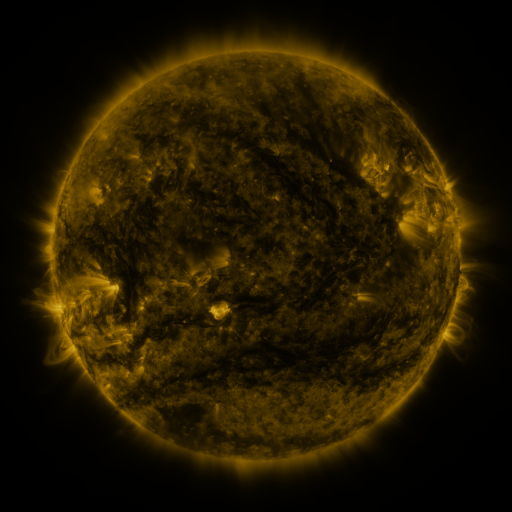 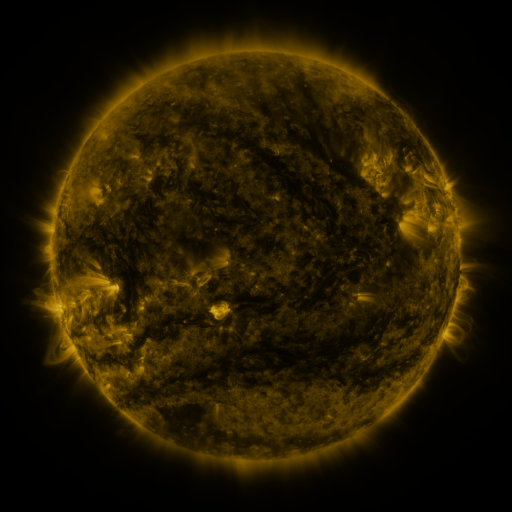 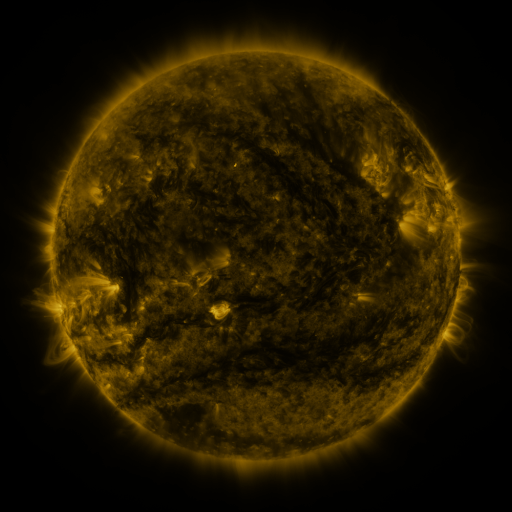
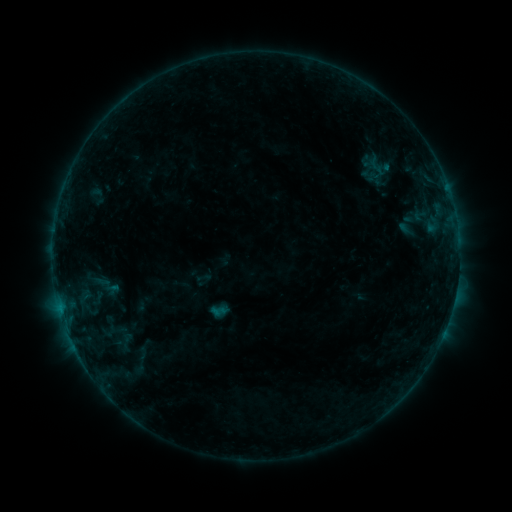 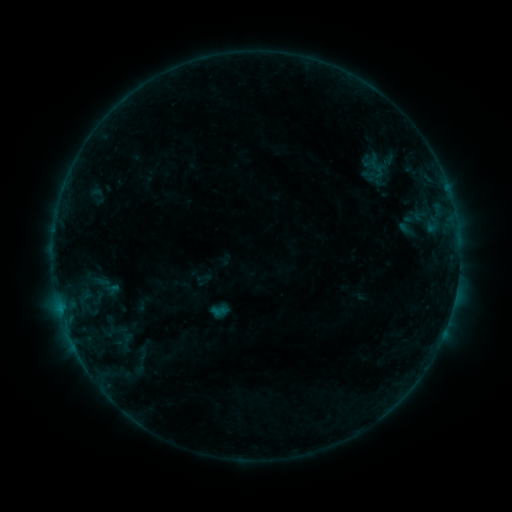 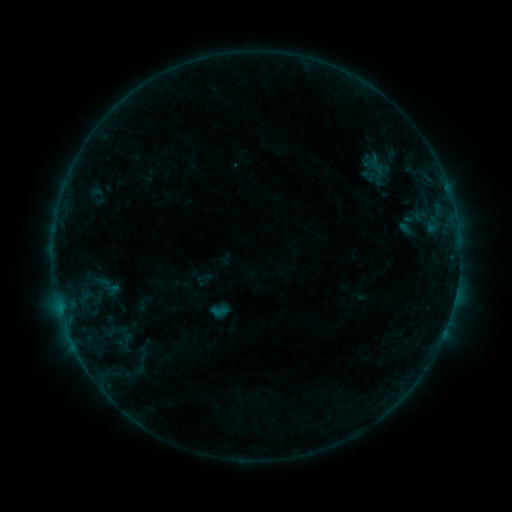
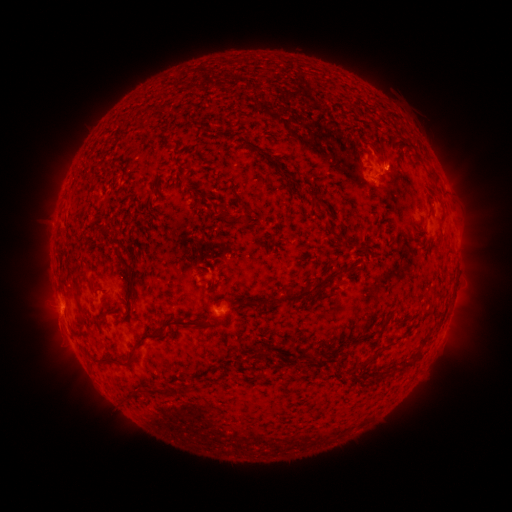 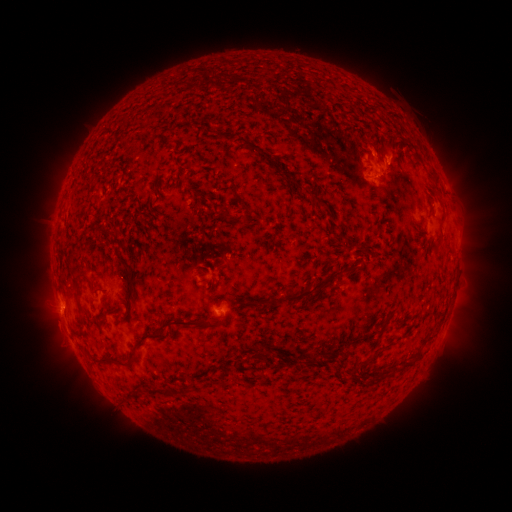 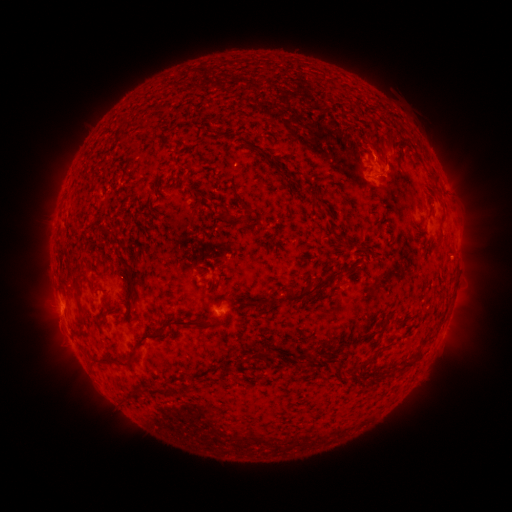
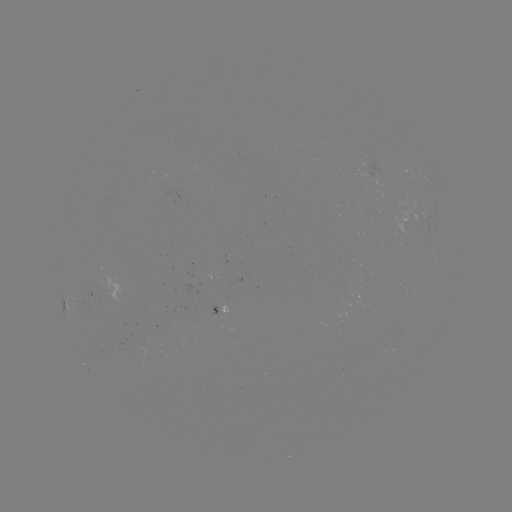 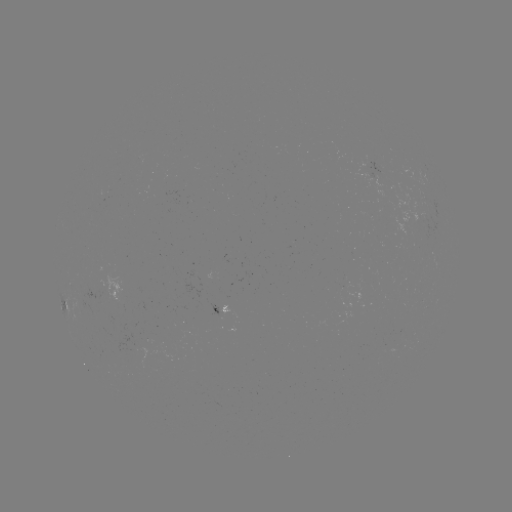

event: eruption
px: (394, 158)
